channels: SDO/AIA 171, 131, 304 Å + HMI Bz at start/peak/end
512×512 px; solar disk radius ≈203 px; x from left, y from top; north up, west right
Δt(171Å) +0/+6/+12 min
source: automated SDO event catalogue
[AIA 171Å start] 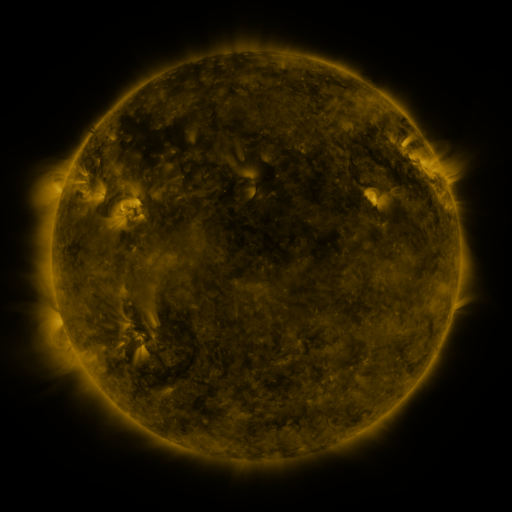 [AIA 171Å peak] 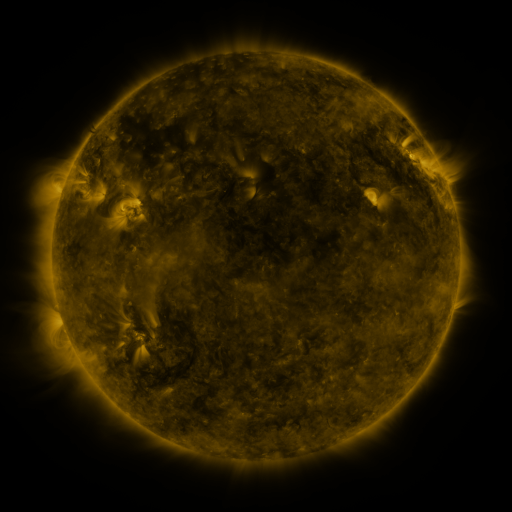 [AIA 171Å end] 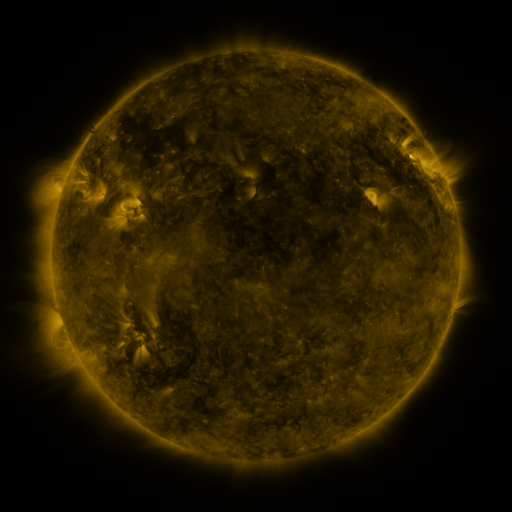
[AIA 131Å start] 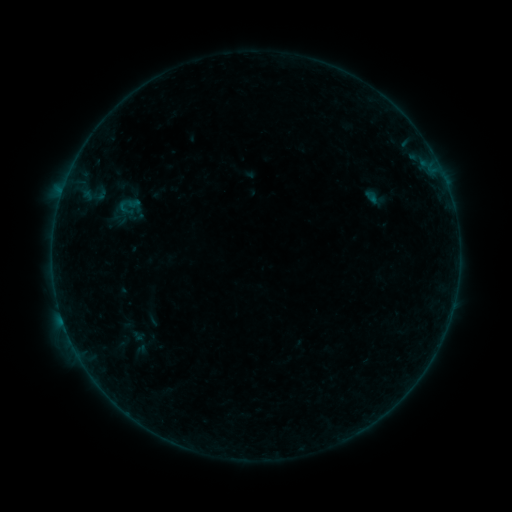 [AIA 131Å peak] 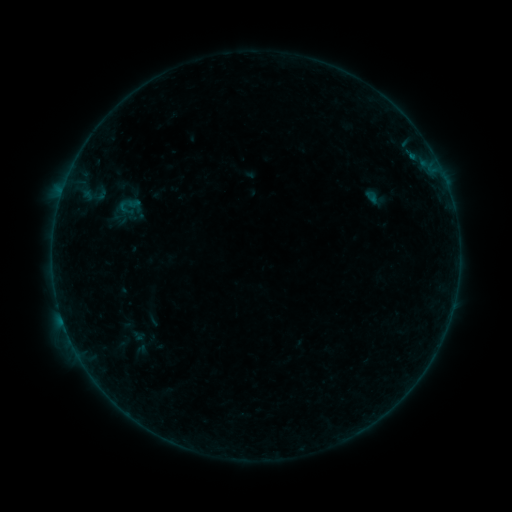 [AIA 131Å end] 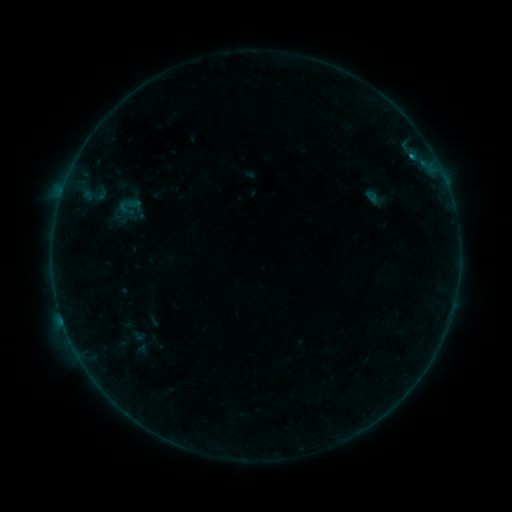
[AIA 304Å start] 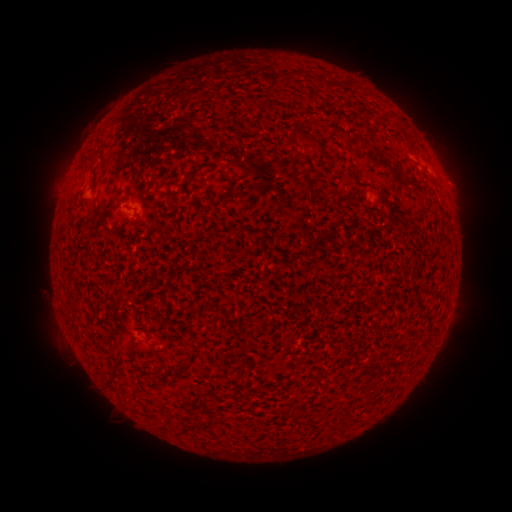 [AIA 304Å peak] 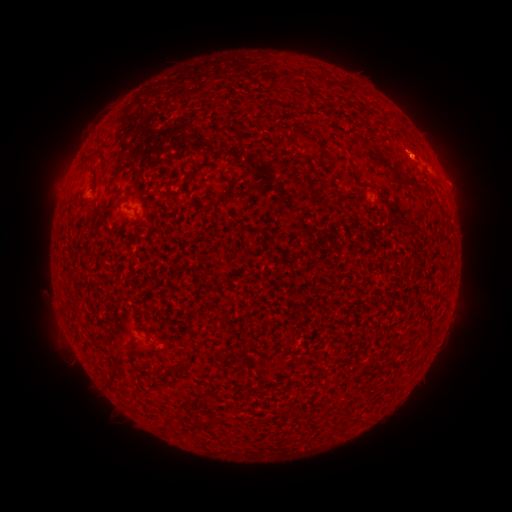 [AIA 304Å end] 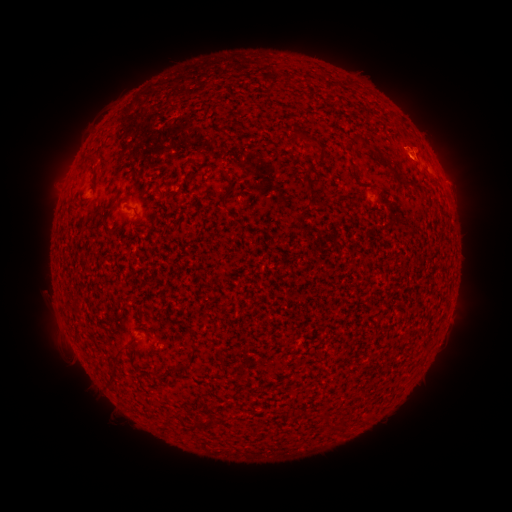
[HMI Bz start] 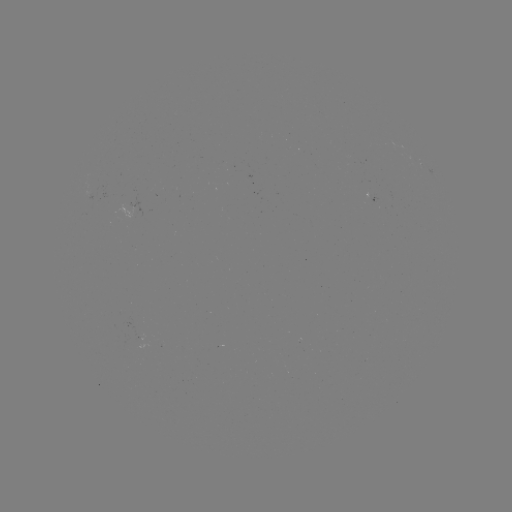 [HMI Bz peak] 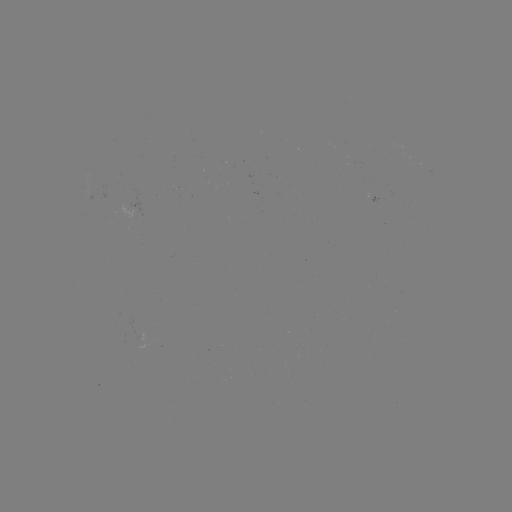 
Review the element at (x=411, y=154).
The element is B3.4 flare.